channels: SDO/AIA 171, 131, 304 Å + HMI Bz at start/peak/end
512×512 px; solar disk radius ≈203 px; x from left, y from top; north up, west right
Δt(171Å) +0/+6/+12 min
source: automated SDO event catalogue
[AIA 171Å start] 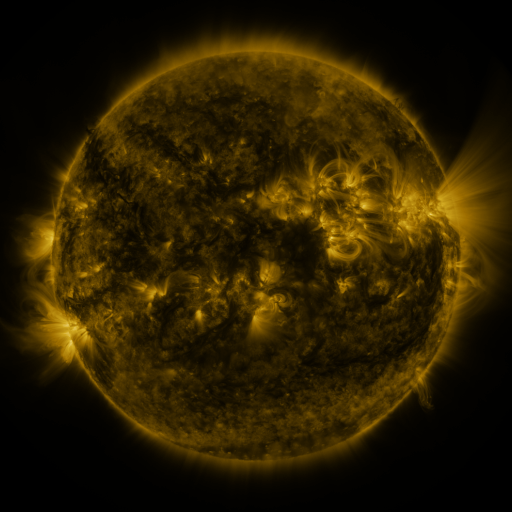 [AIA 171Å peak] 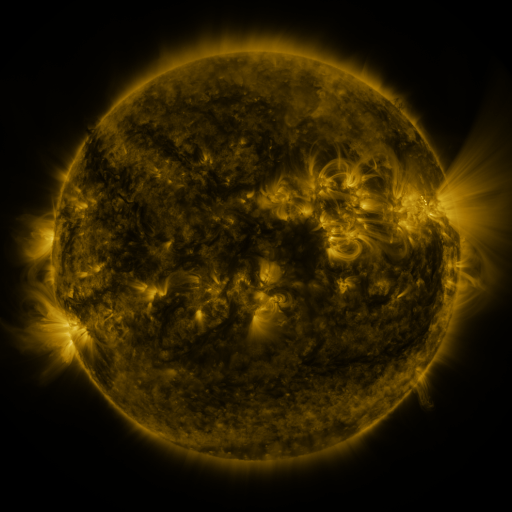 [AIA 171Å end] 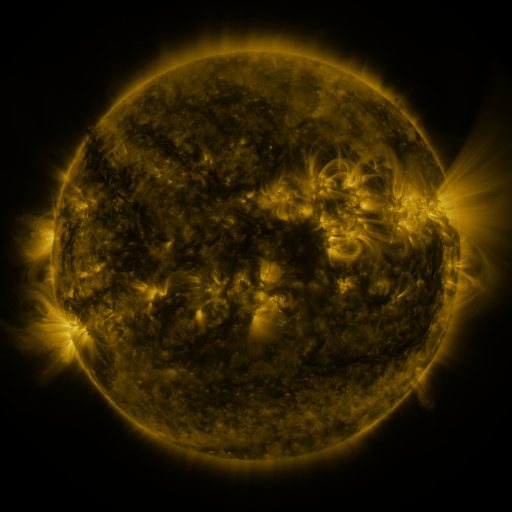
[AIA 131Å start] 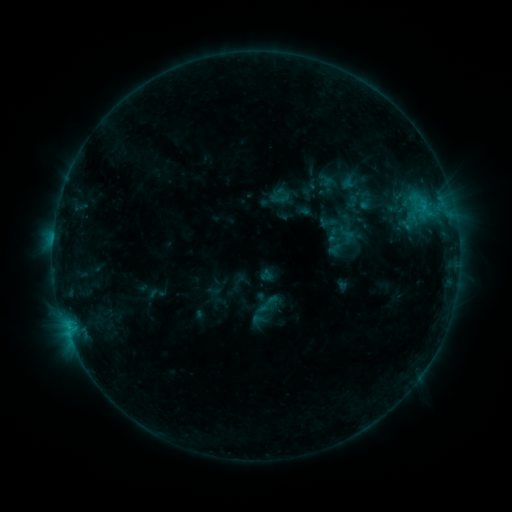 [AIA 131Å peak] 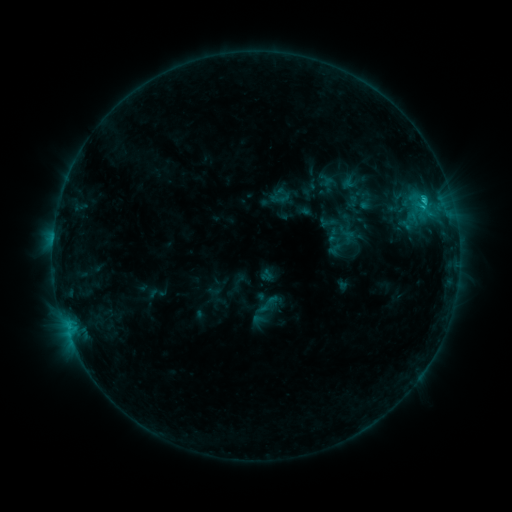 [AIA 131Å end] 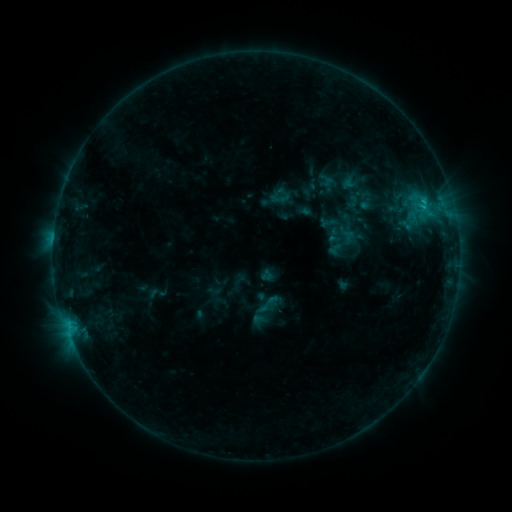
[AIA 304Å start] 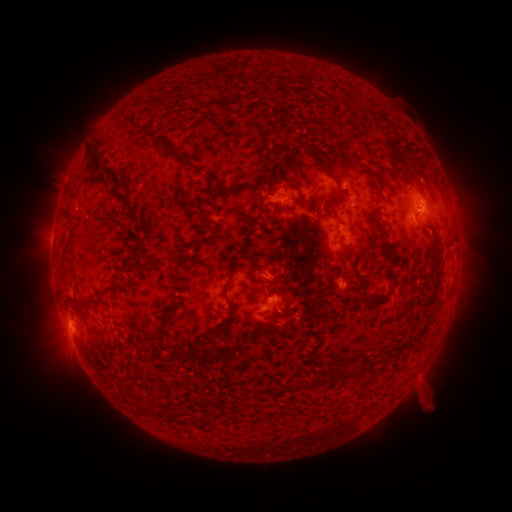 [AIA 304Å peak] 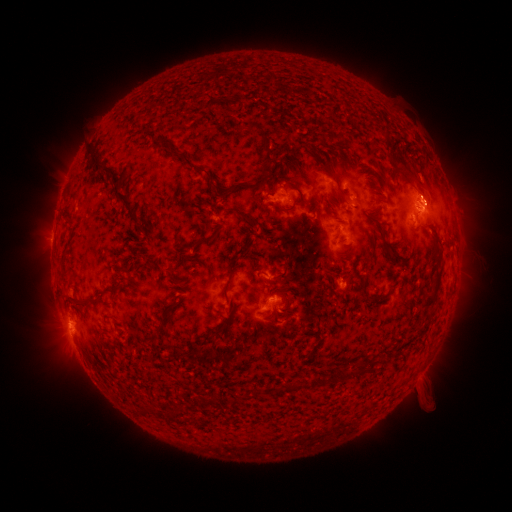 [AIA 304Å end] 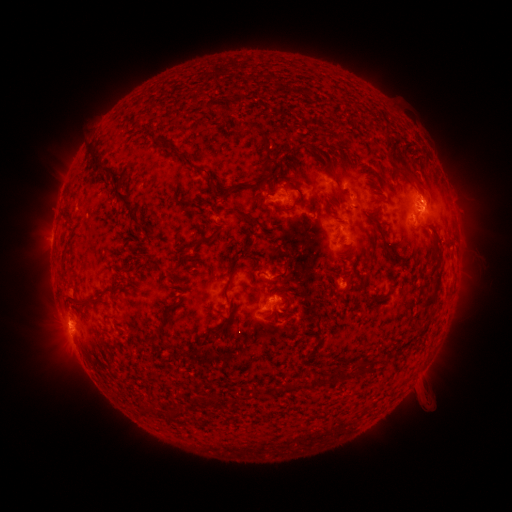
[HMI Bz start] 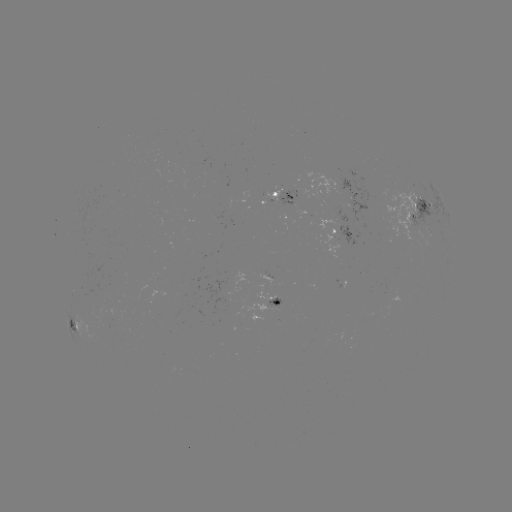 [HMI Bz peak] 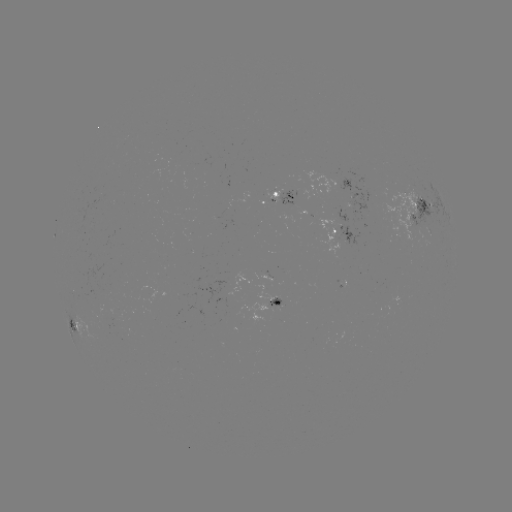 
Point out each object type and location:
C1.2 flare: (423, 200)
